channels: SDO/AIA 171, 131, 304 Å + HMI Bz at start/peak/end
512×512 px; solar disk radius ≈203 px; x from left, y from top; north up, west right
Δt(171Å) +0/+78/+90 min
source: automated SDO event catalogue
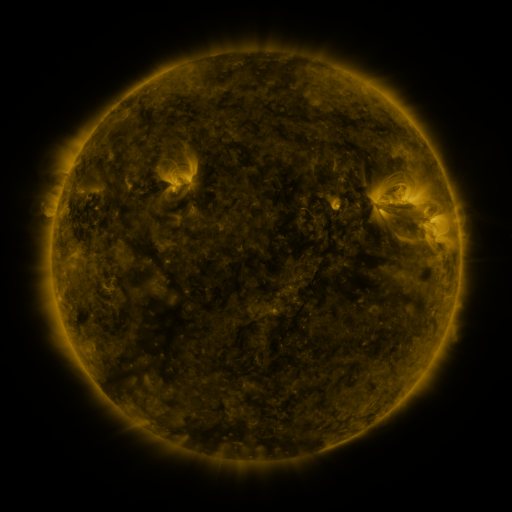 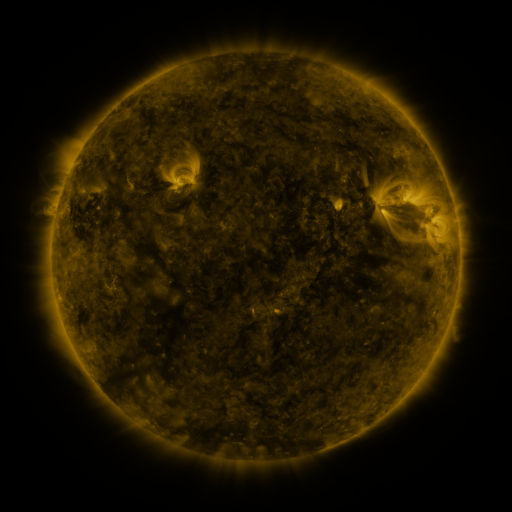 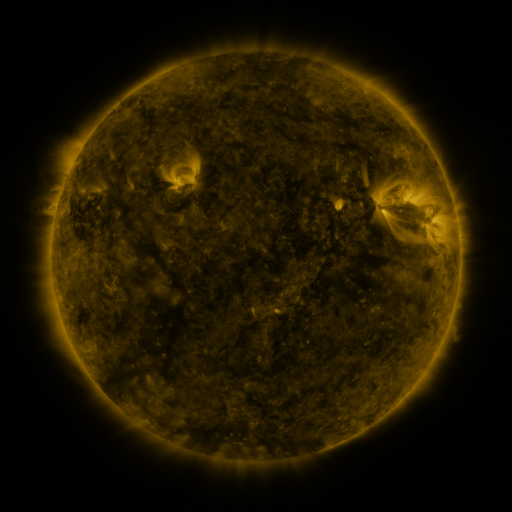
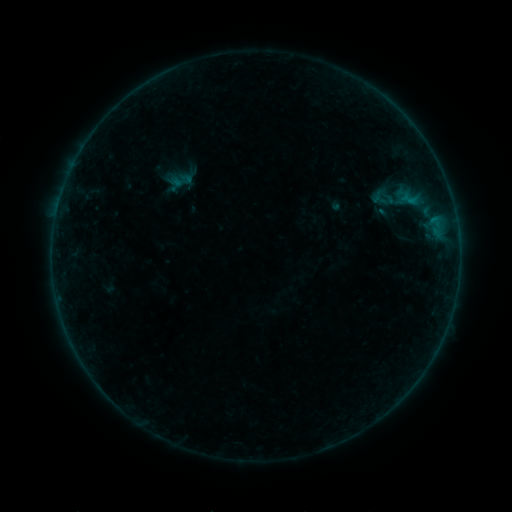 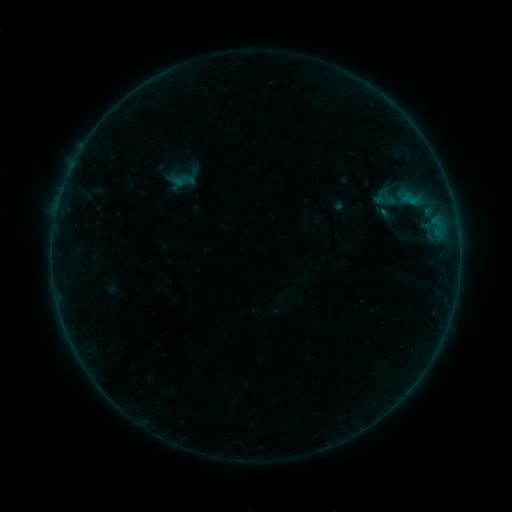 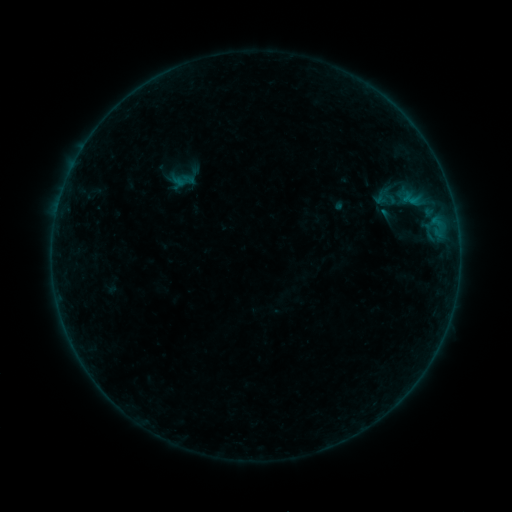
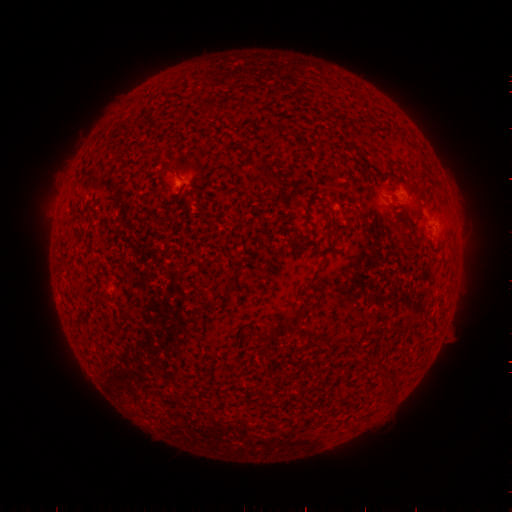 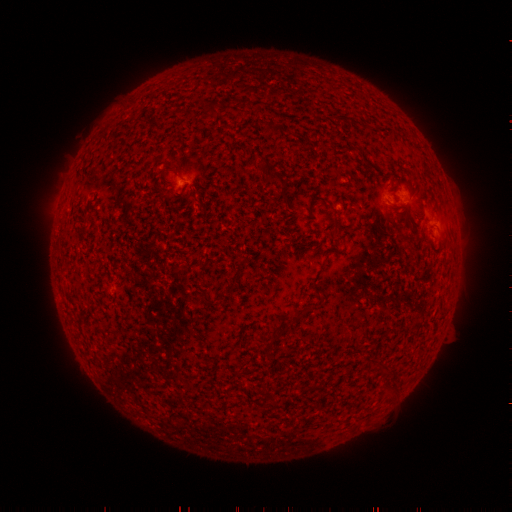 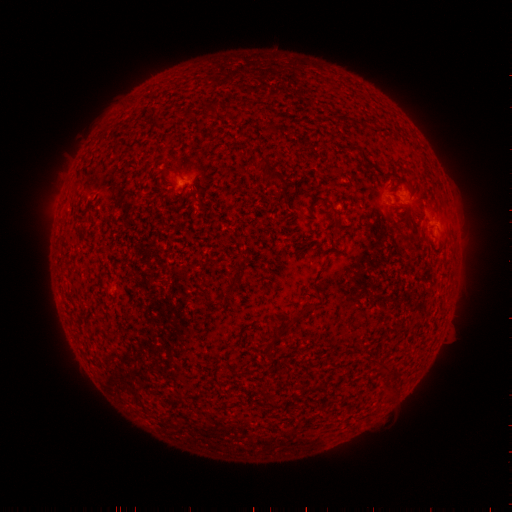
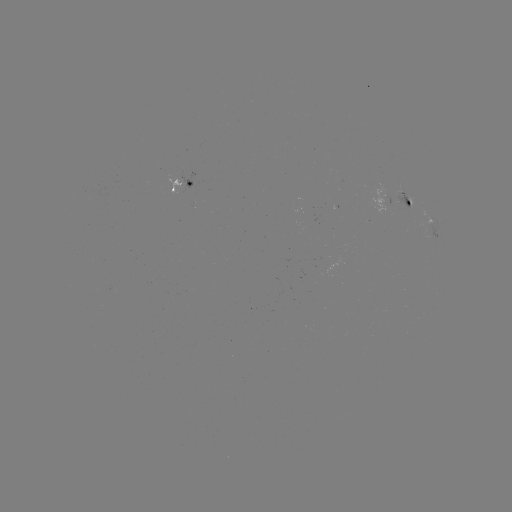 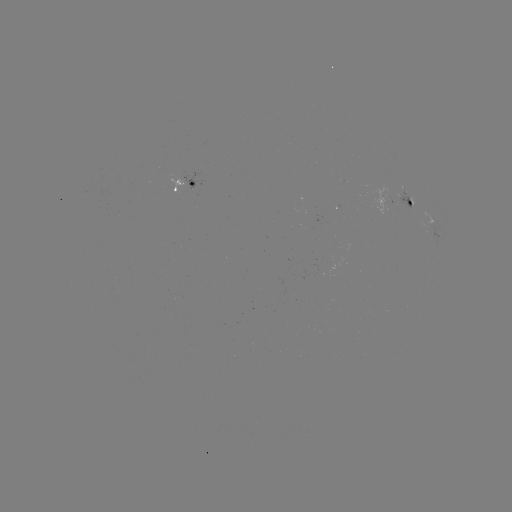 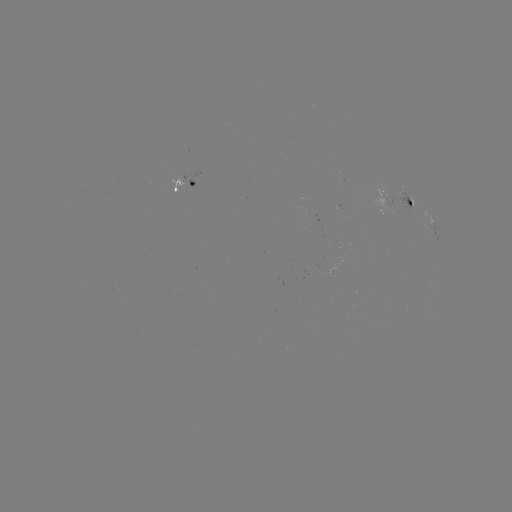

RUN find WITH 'emerging-flux region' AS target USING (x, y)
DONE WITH (408, 199) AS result